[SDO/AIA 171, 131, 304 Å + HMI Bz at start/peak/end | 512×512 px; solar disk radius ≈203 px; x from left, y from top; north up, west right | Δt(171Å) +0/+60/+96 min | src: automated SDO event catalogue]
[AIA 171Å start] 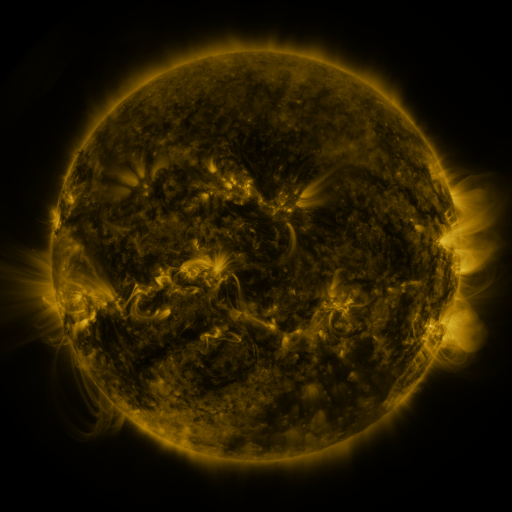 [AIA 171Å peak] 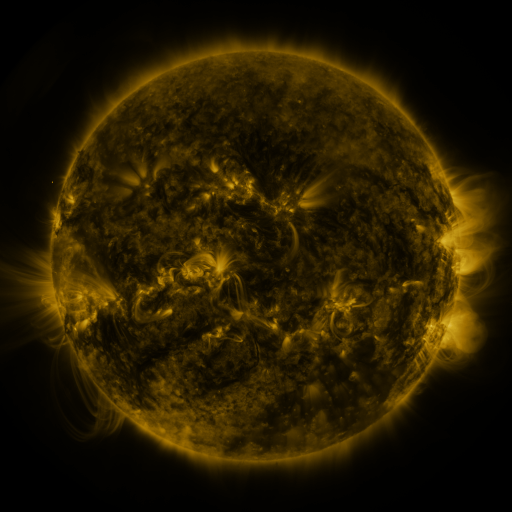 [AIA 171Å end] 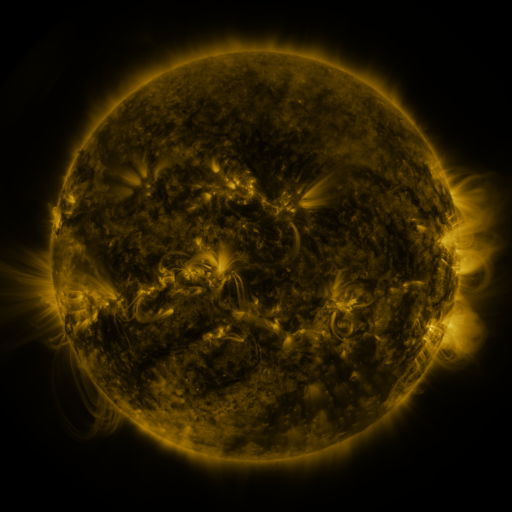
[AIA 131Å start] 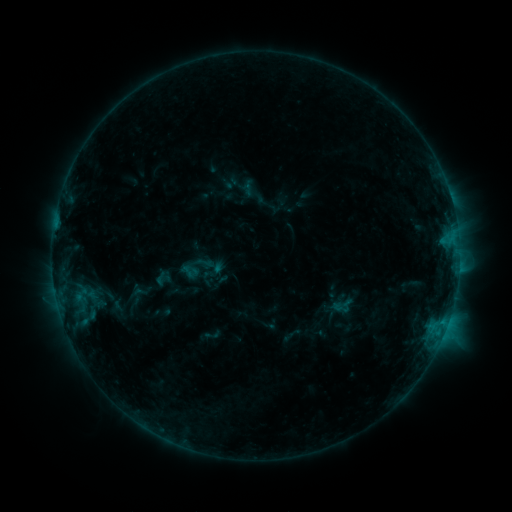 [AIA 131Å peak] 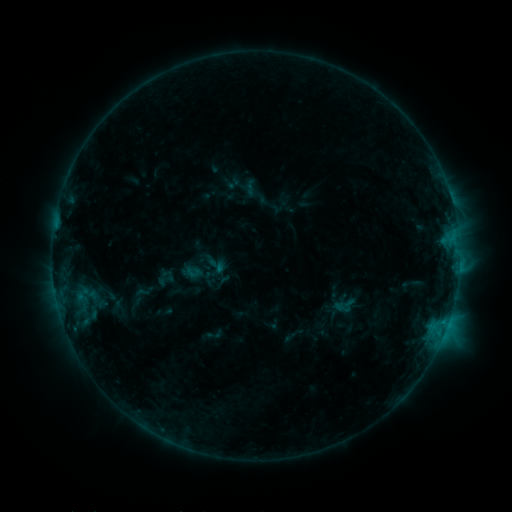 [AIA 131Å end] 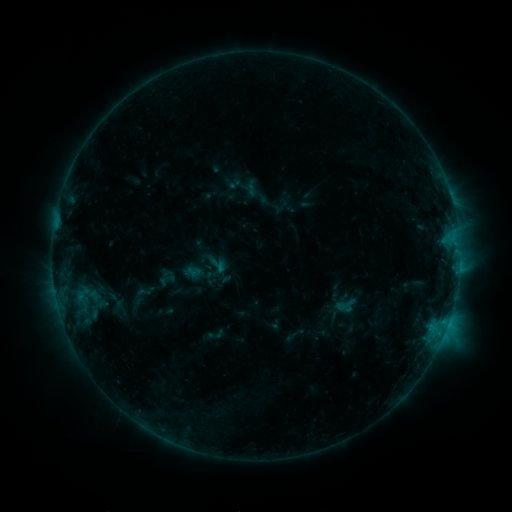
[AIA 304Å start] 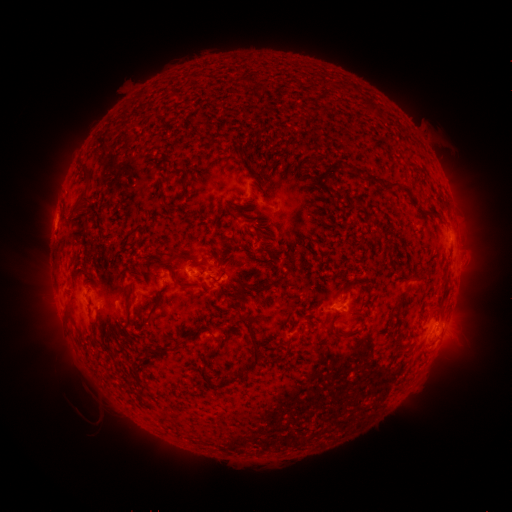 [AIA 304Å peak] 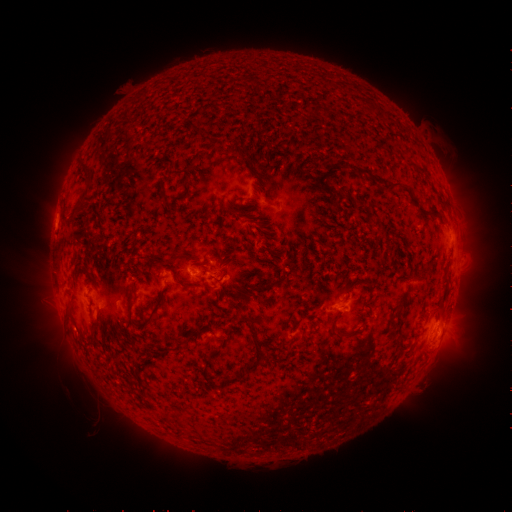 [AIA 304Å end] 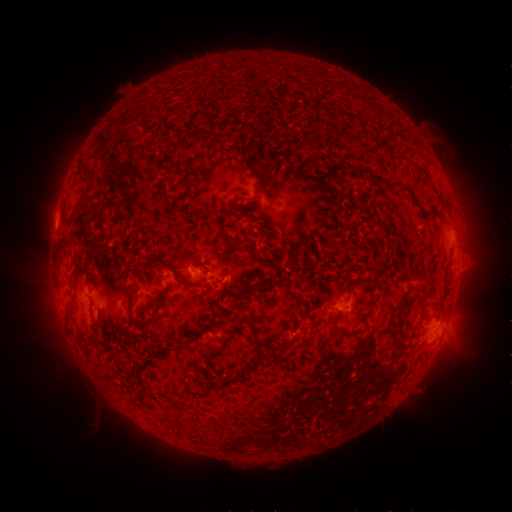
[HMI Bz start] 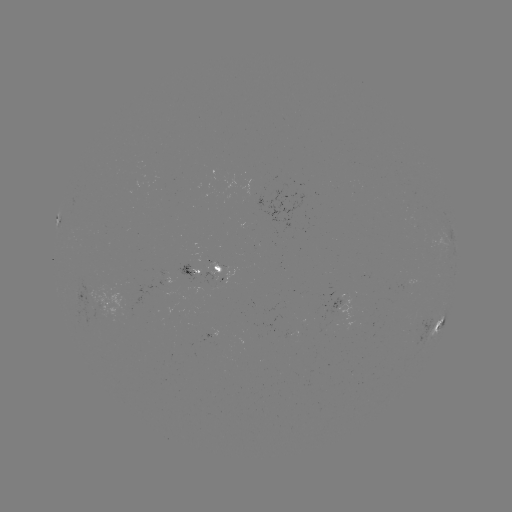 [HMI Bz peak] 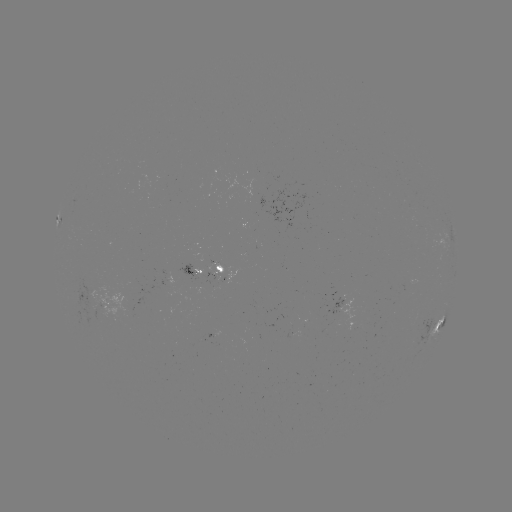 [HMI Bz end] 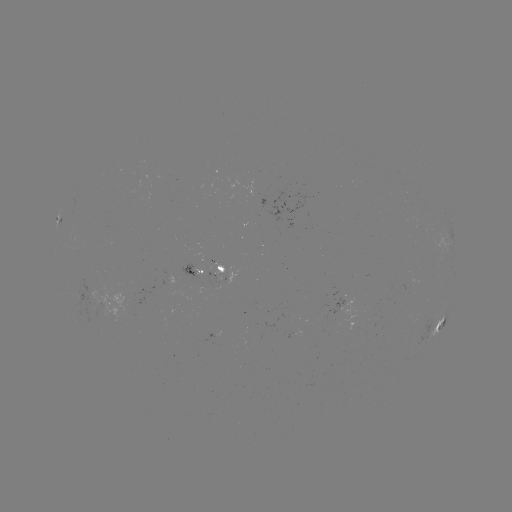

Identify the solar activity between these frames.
emerging-flux region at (416, 223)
